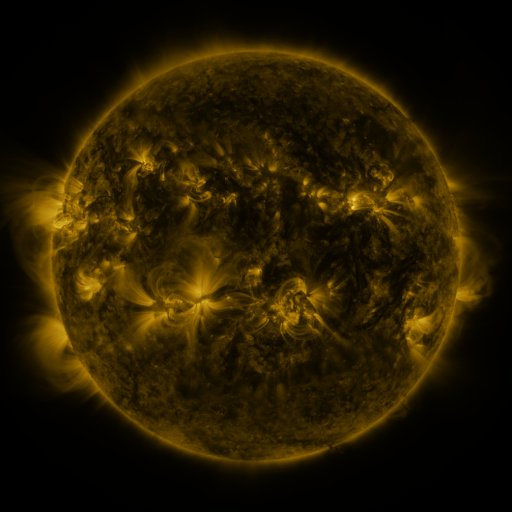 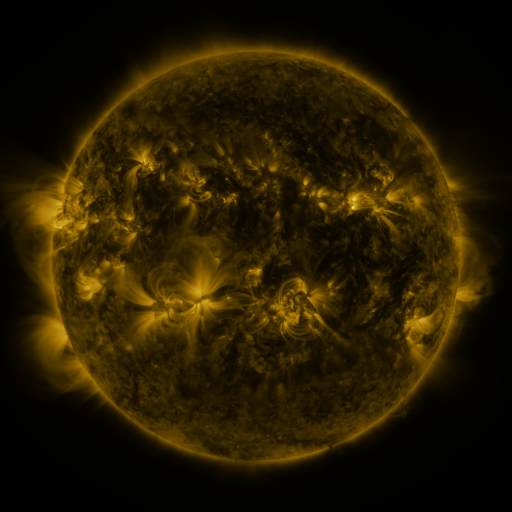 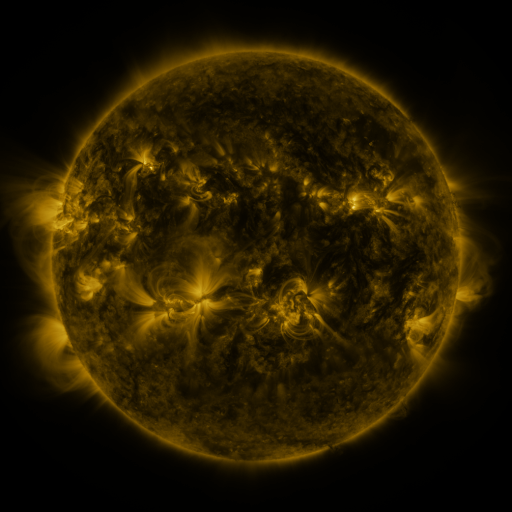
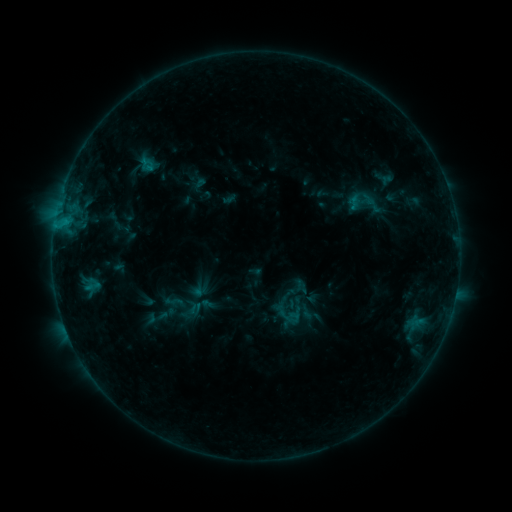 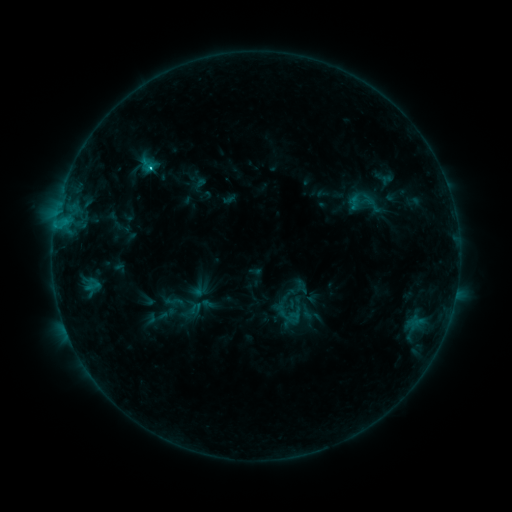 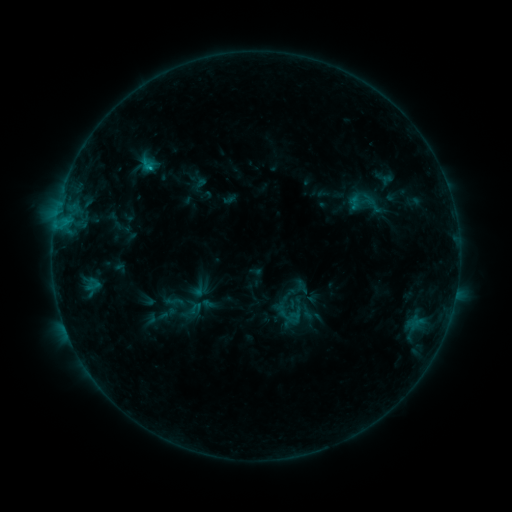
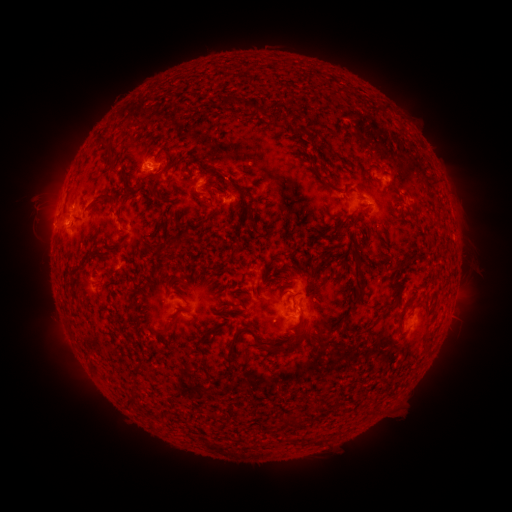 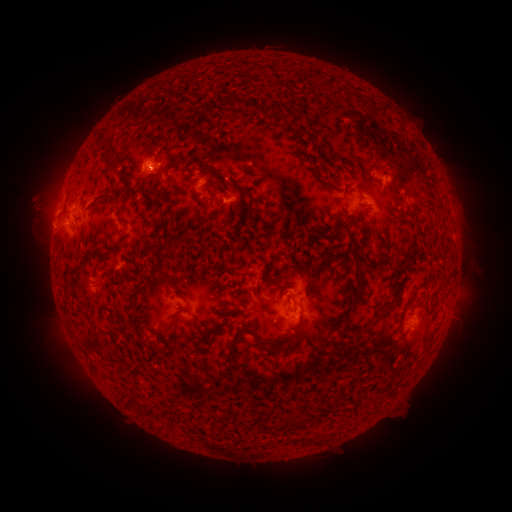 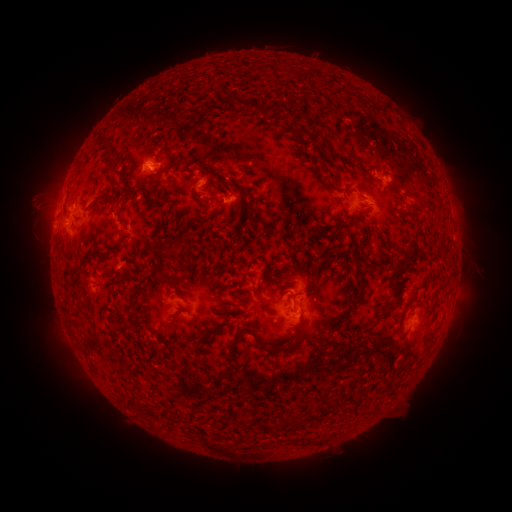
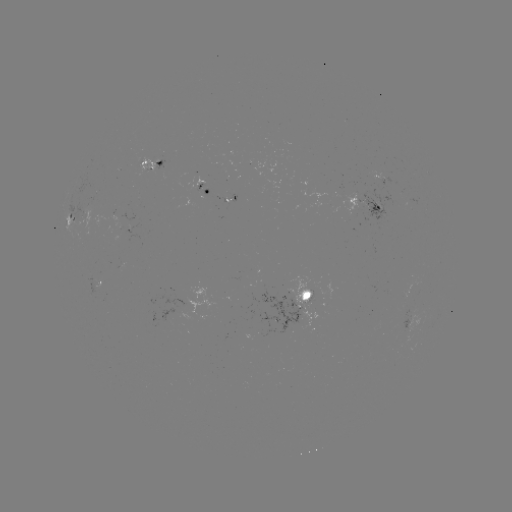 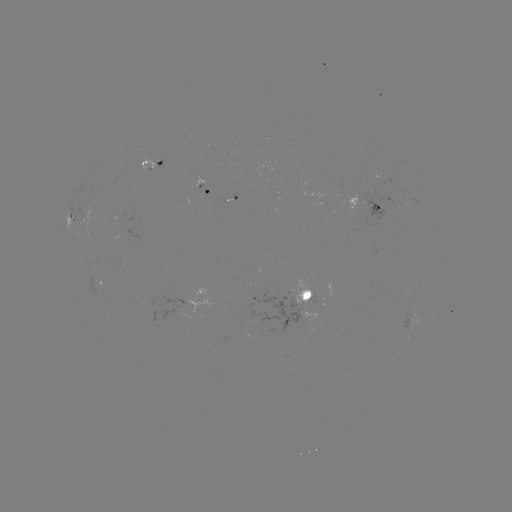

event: flare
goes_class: C1.0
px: (151, 169)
